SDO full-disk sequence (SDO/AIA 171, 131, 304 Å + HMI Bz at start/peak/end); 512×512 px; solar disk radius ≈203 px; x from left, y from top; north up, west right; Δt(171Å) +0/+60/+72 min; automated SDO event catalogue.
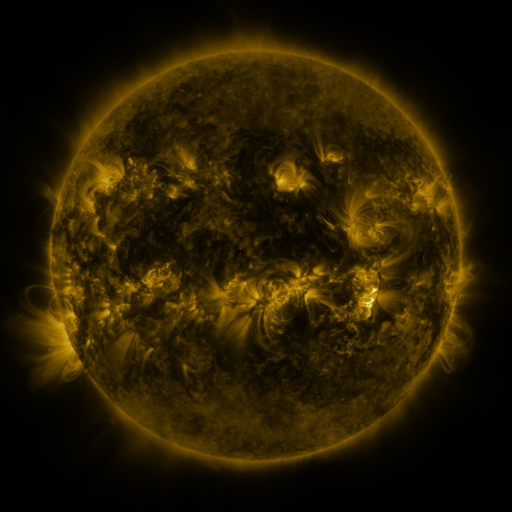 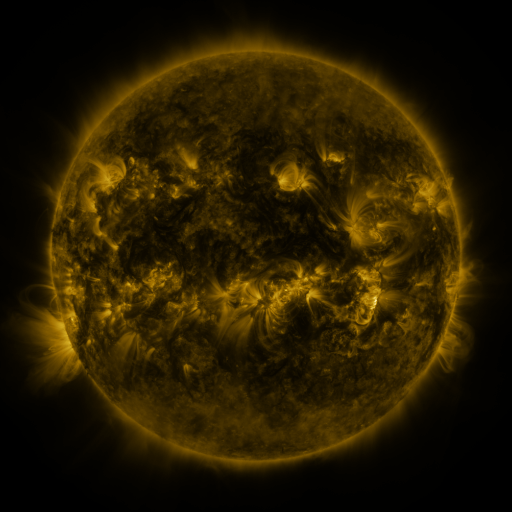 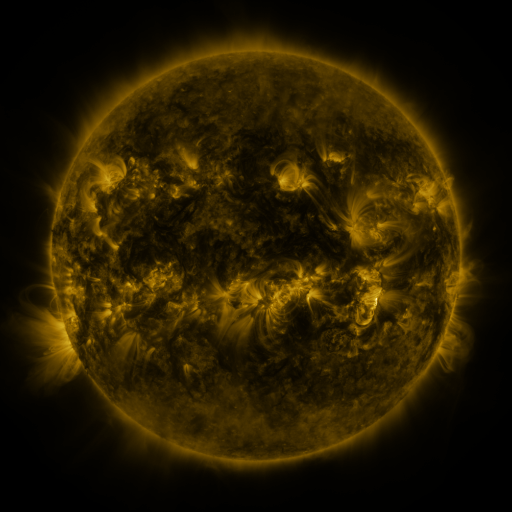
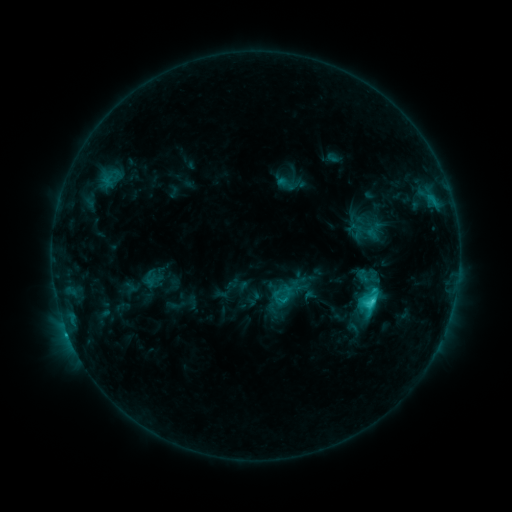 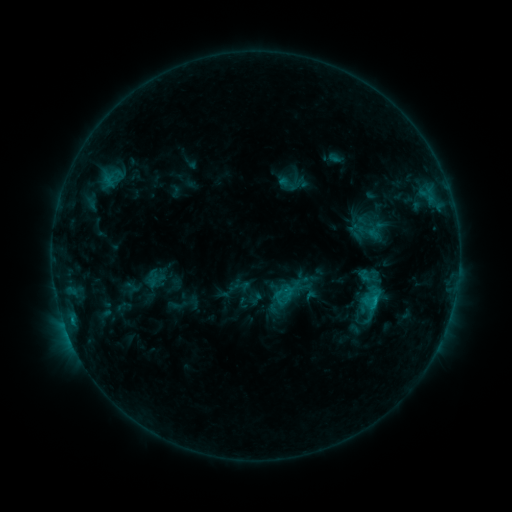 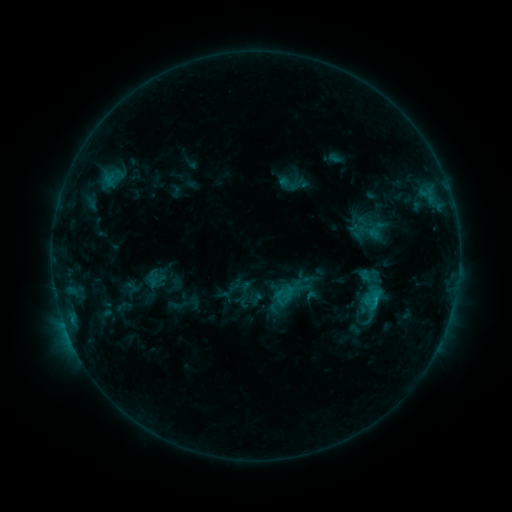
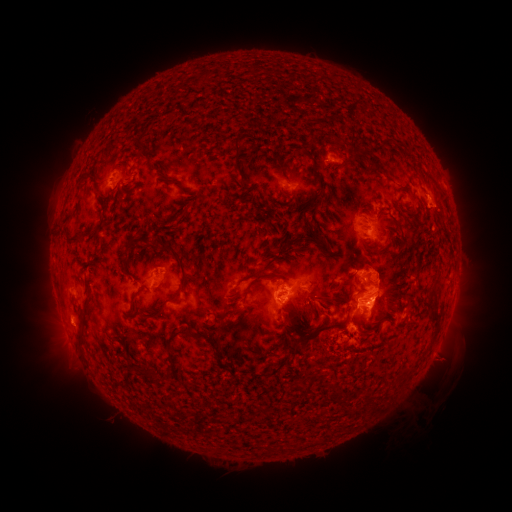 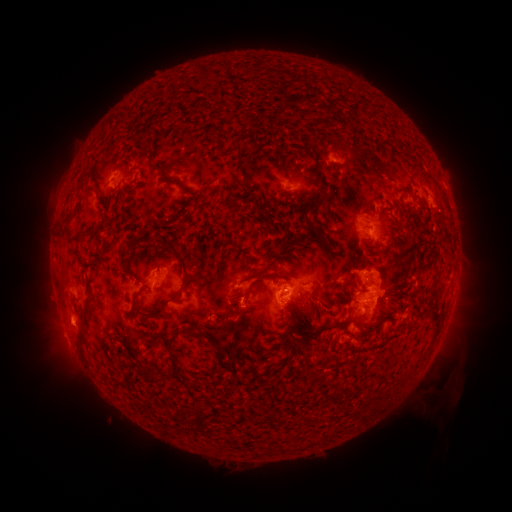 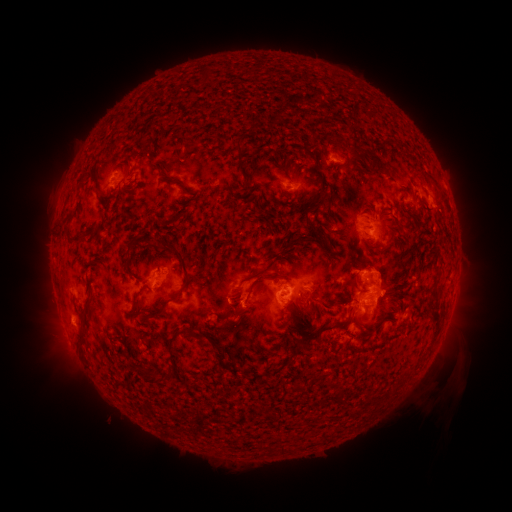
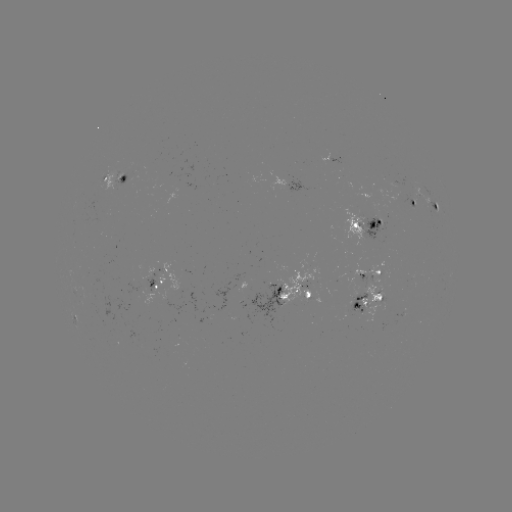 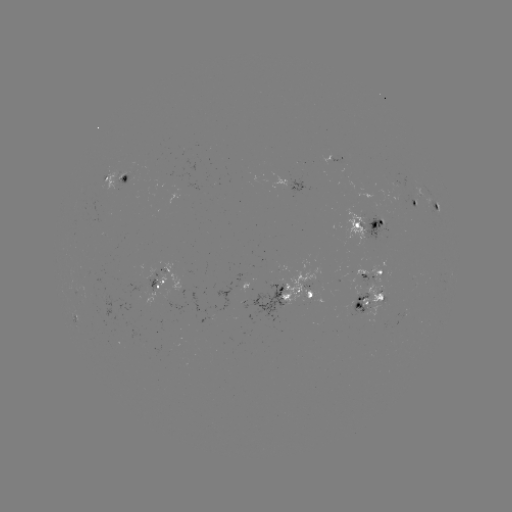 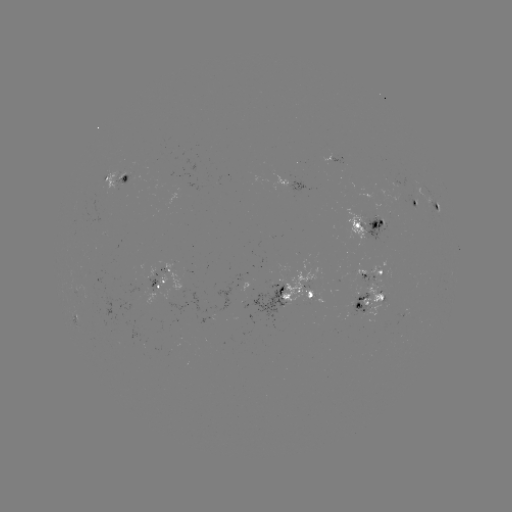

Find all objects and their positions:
emerging-flux region: (104, 186)
